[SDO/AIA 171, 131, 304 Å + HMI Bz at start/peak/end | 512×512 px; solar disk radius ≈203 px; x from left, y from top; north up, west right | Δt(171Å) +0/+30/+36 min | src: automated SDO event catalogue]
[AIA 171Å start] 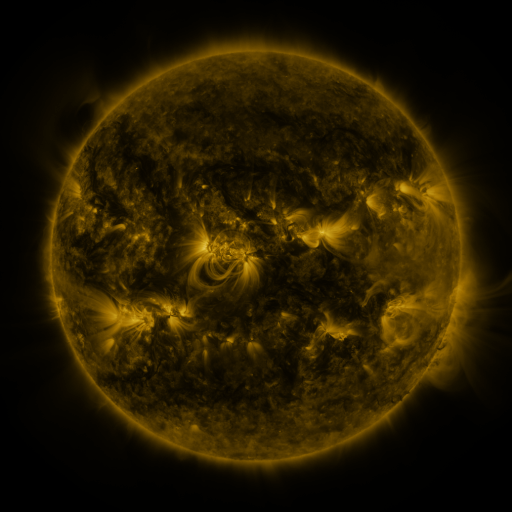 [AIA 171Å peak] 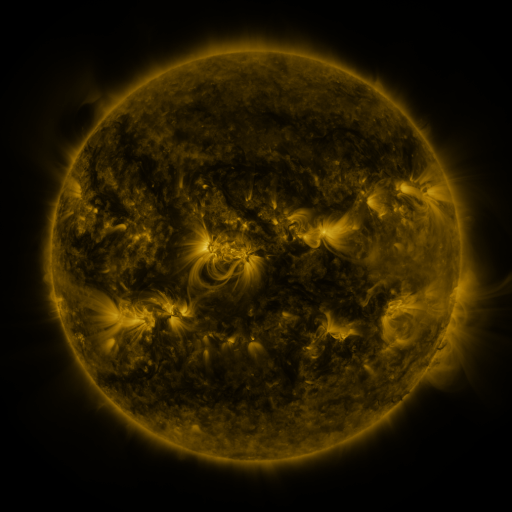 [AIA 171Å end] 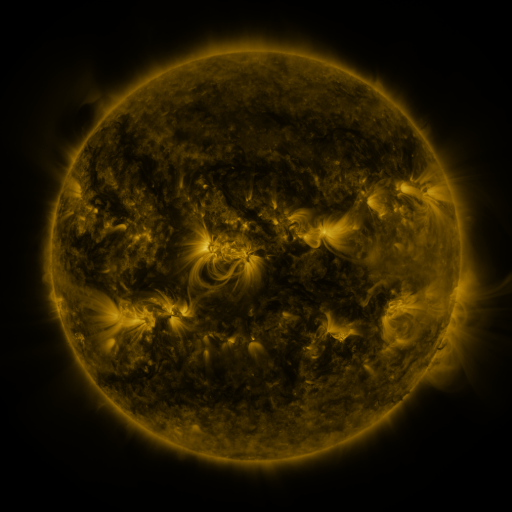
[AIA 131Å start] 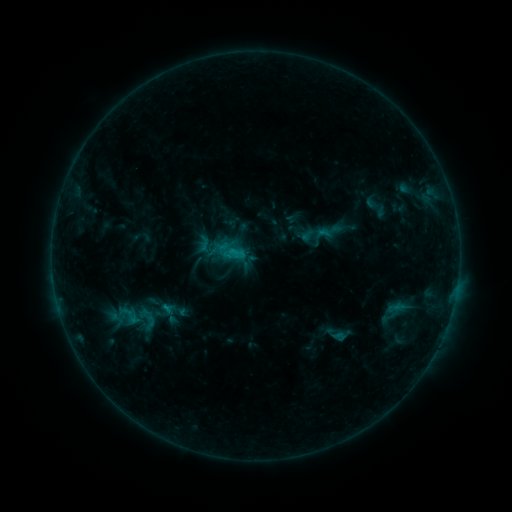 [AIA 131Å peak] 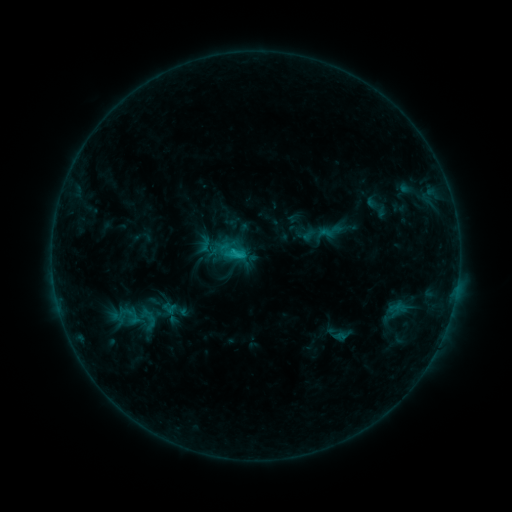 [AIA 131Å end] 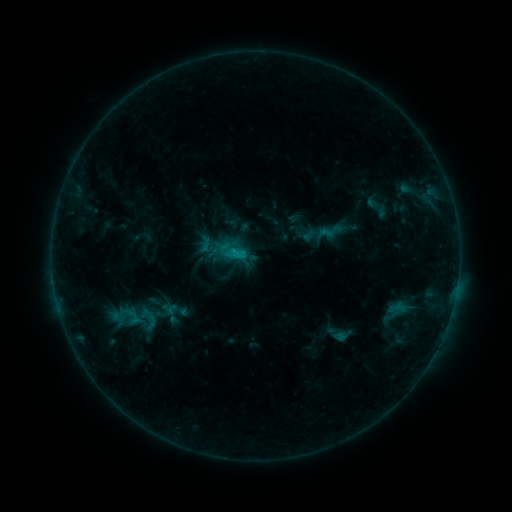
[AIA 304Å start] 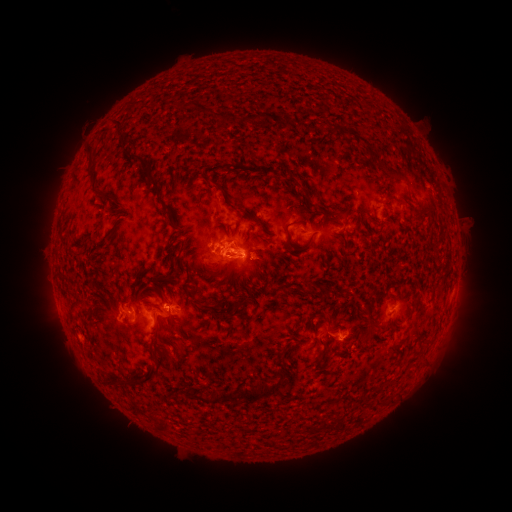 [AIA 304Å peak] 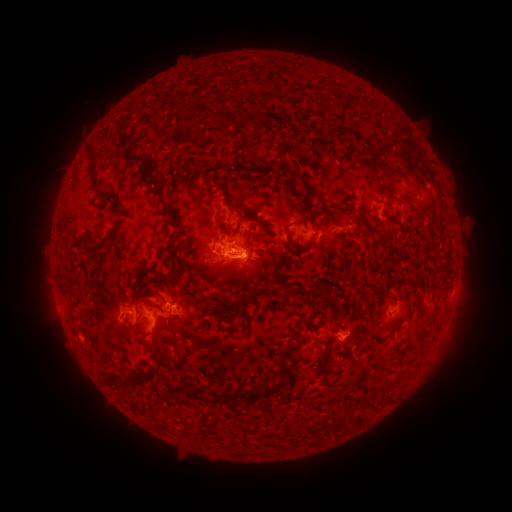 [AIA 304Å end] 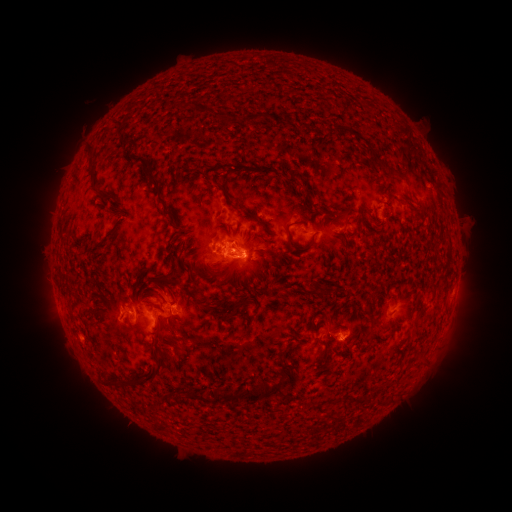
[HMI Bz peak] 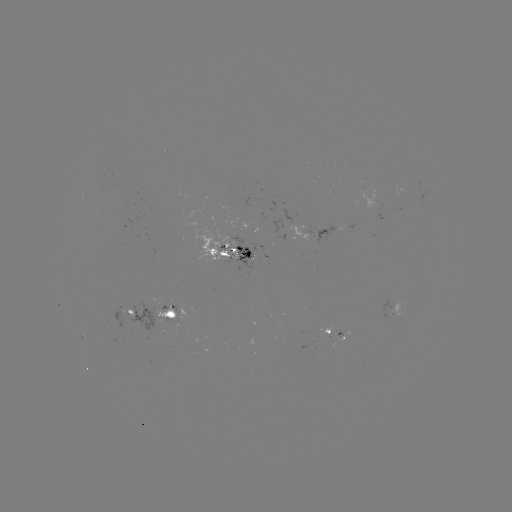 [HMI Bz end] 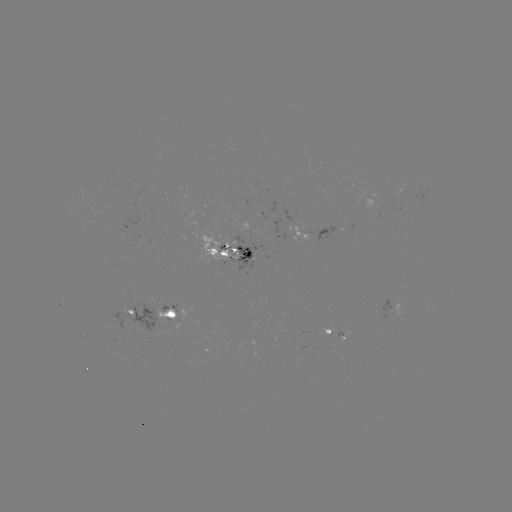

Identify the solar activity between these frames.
no classed flare was catalogued and no EUV brightening was flagged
